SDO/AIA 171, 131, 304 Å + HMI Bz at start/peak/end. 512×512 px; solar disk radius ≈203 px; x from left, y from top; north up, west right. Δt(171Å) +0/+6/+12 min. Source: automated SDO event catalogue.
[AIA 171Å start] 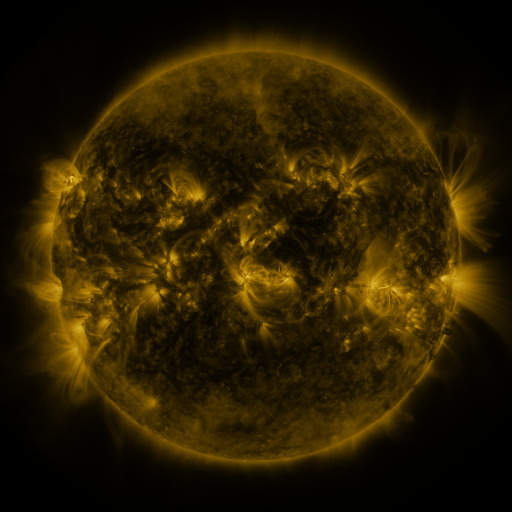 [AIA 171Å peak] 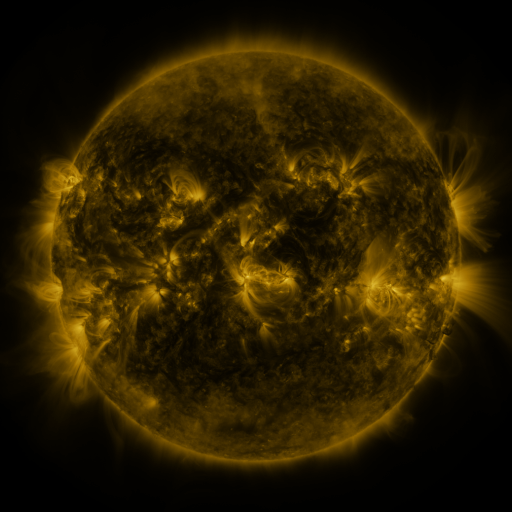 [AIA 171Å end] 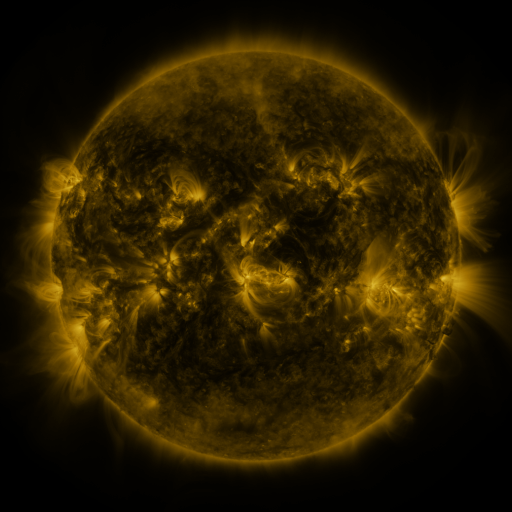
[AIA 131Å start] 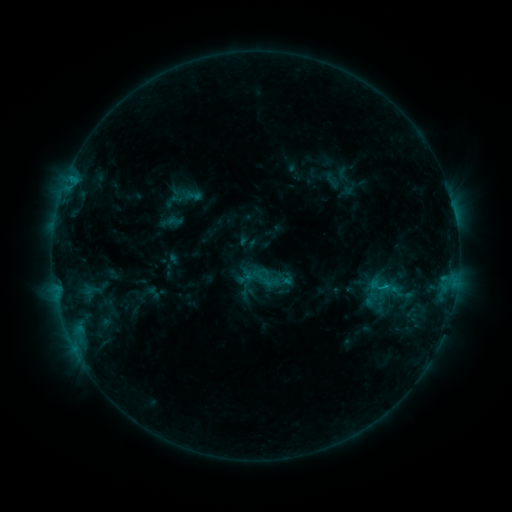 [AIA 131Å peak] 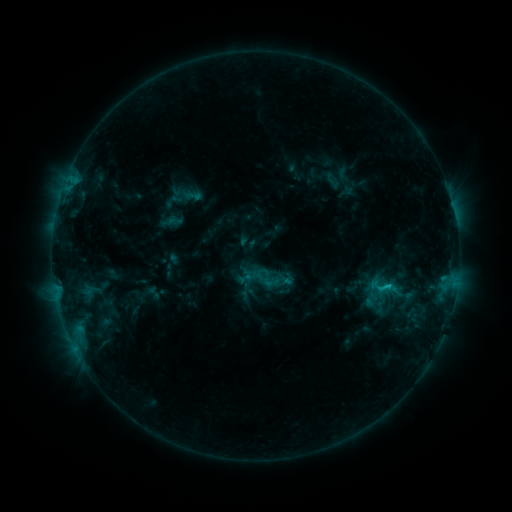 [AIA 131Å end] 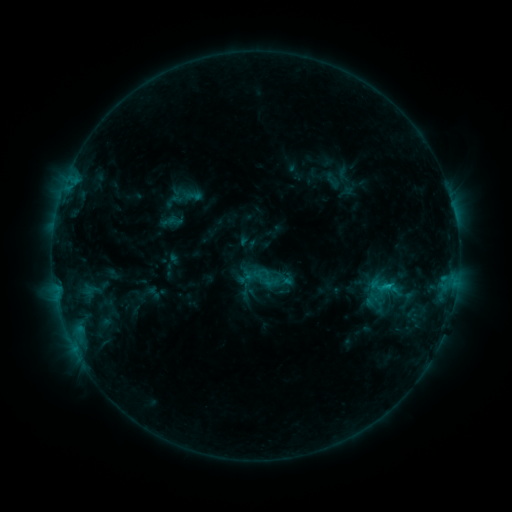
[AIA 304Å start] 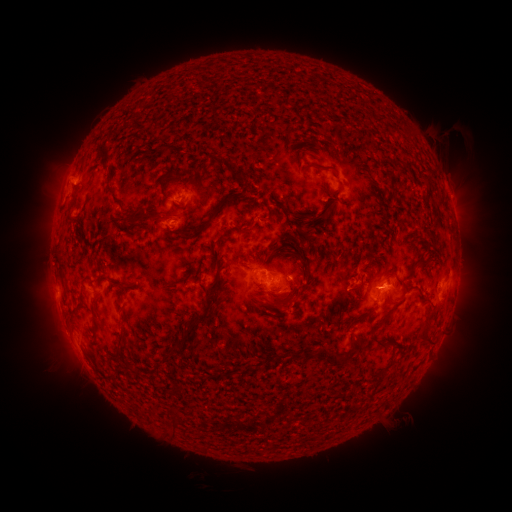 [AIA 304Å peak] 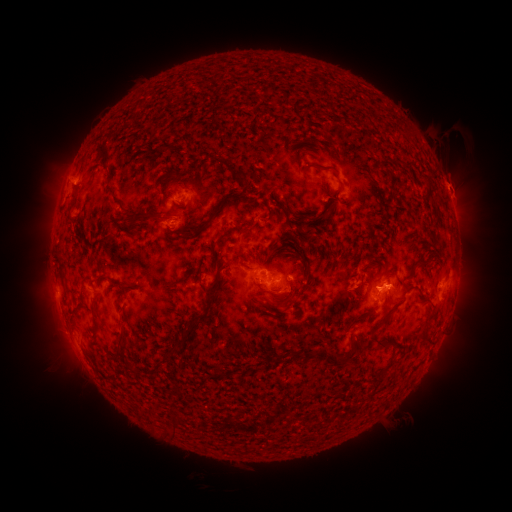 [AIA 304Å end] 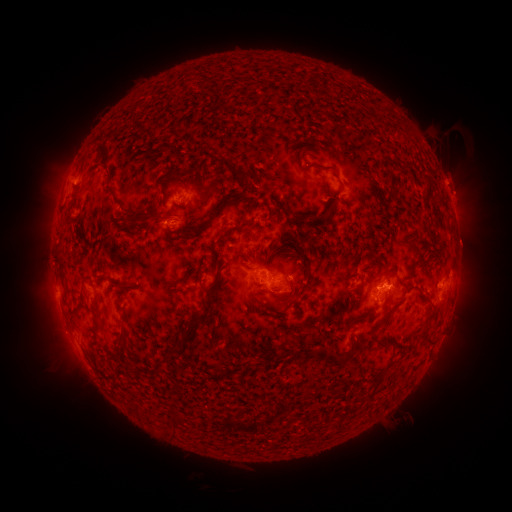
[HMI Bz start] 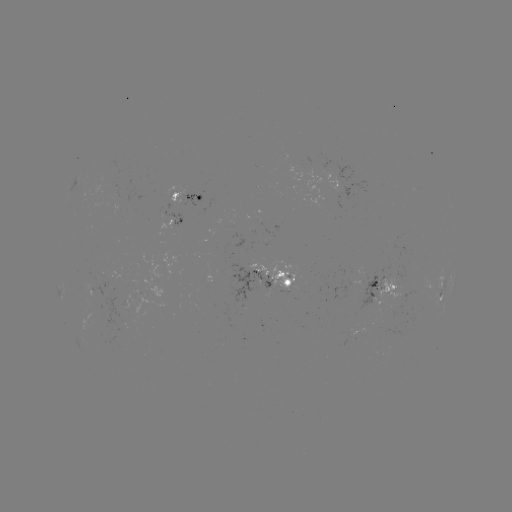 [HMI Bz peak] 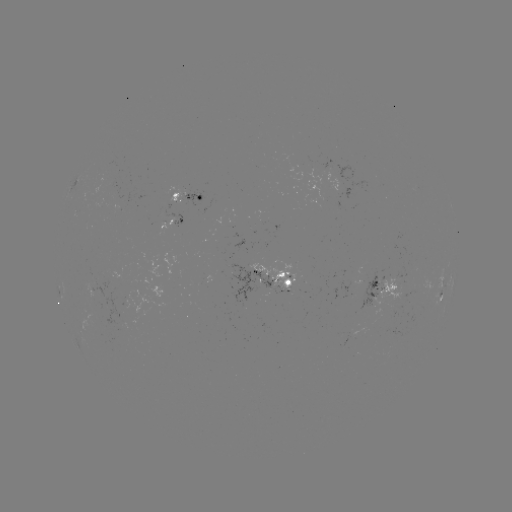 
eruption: (428, 157, 476, 204)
